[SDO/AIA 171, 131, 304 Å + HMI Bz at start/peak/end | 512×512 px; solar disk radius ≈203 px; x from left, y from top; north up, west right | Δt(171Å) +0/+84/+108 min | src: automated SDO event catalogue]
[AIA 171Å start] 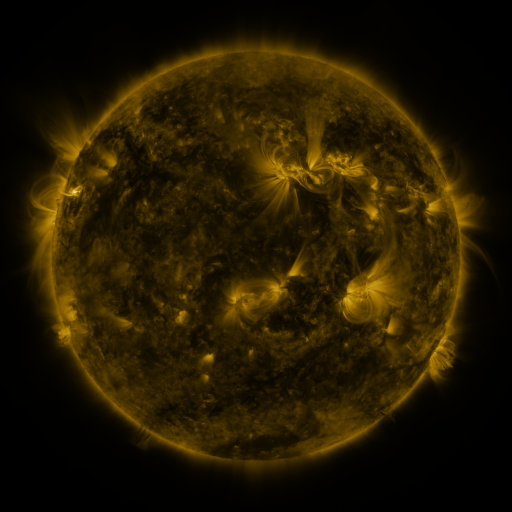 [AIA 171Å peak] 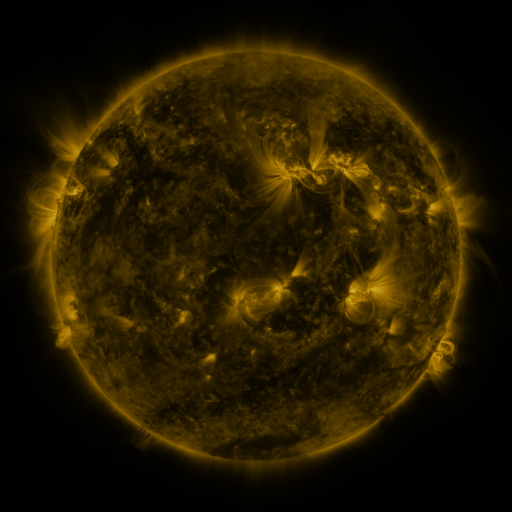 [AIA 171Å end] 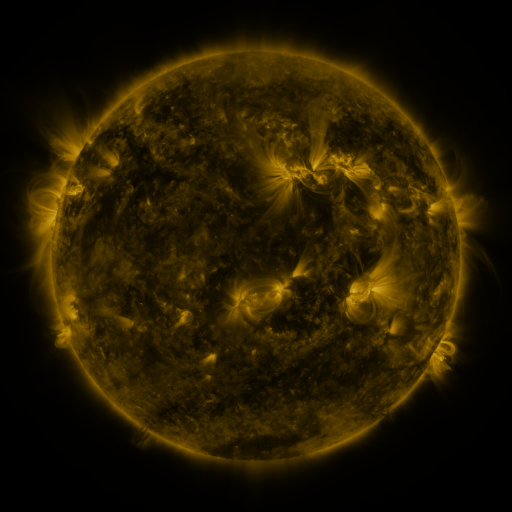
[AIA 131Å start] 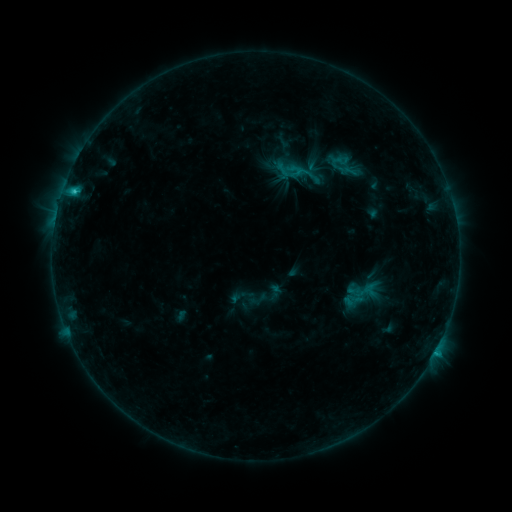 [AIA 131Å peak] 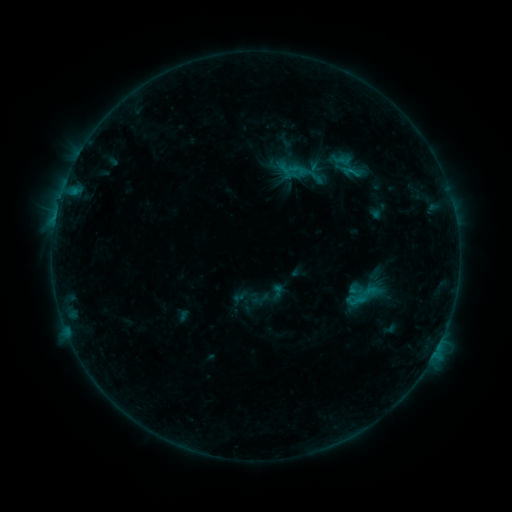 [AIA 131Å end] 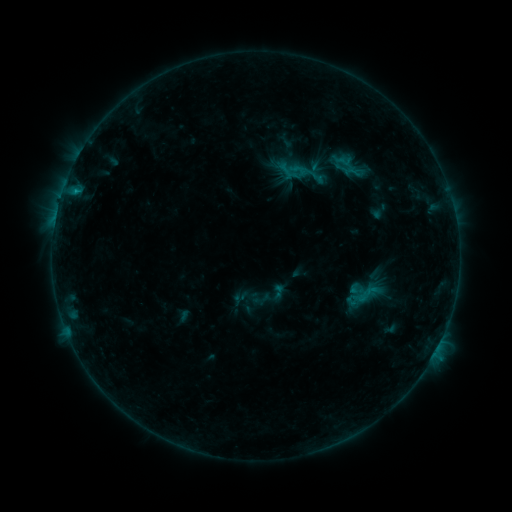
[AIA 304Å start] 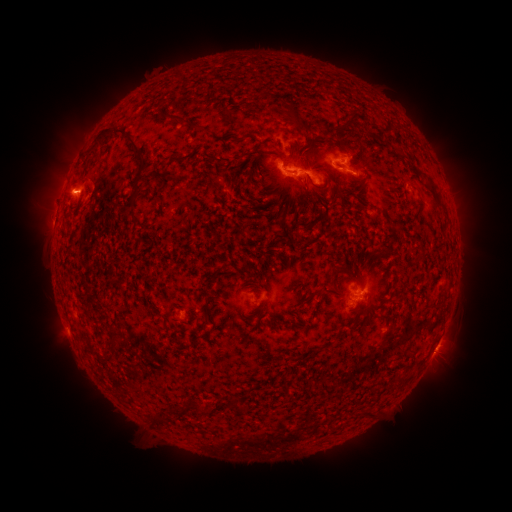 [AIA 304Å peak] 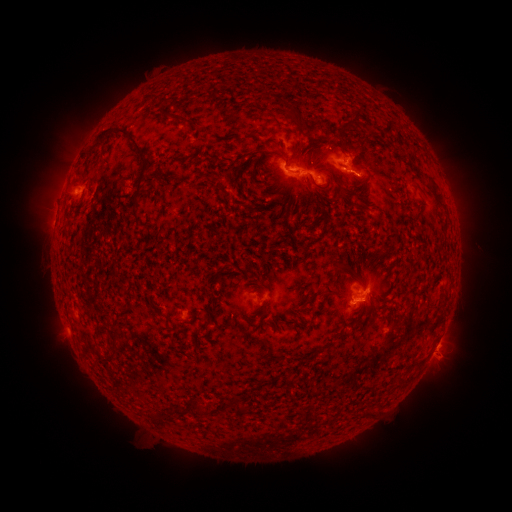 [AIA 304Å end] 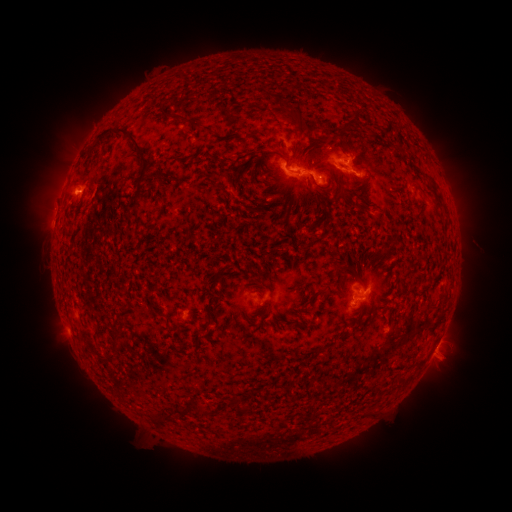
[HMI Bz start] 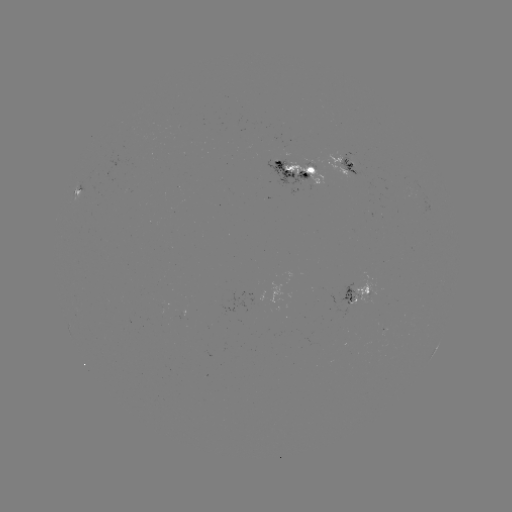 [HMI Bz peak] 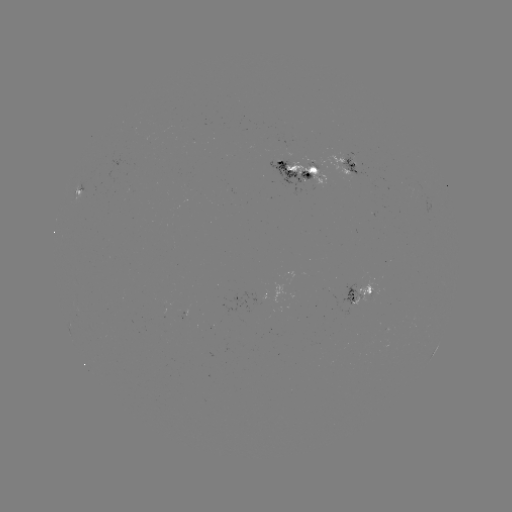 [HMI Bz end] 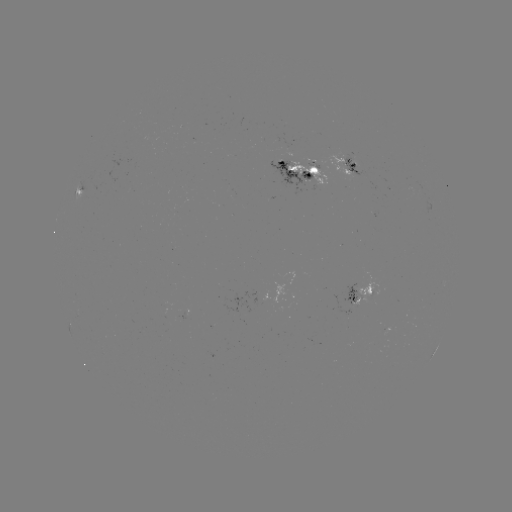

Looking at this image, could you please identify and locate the emerging-flux region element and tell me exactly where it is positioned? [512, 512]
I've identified emerging-flux region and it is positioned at [310, 162].